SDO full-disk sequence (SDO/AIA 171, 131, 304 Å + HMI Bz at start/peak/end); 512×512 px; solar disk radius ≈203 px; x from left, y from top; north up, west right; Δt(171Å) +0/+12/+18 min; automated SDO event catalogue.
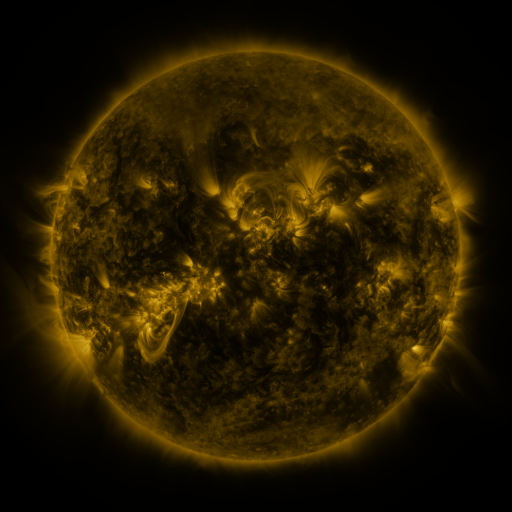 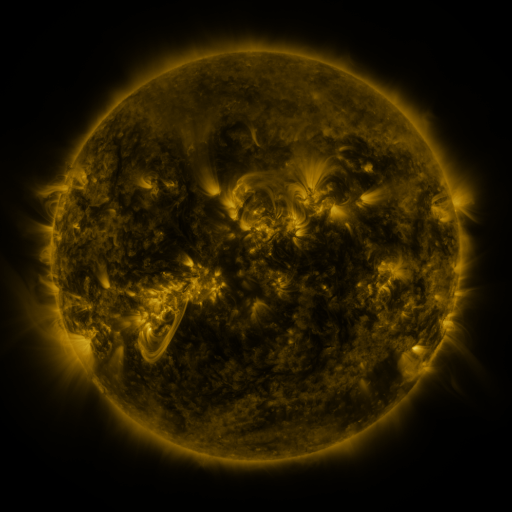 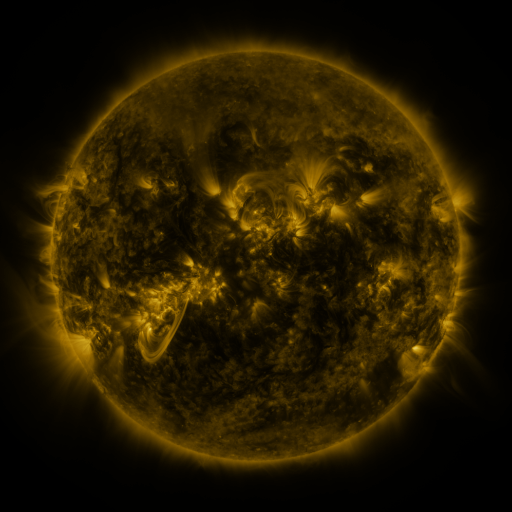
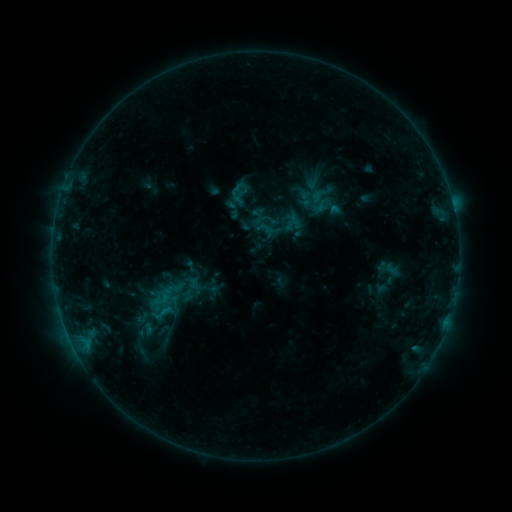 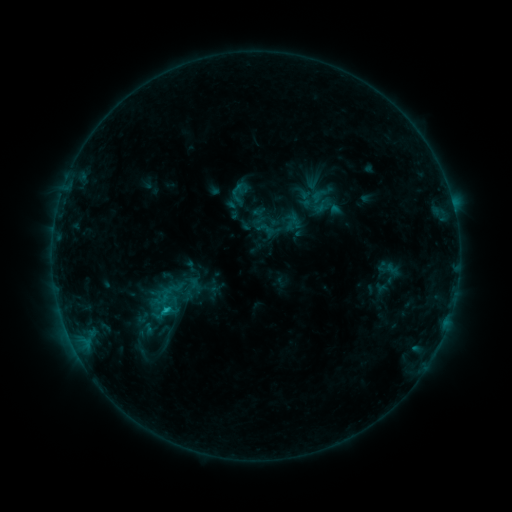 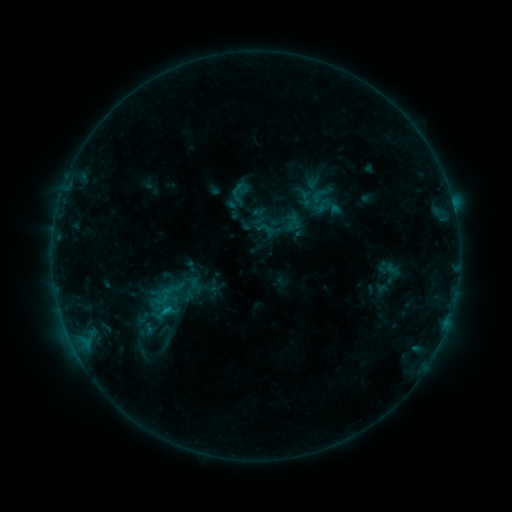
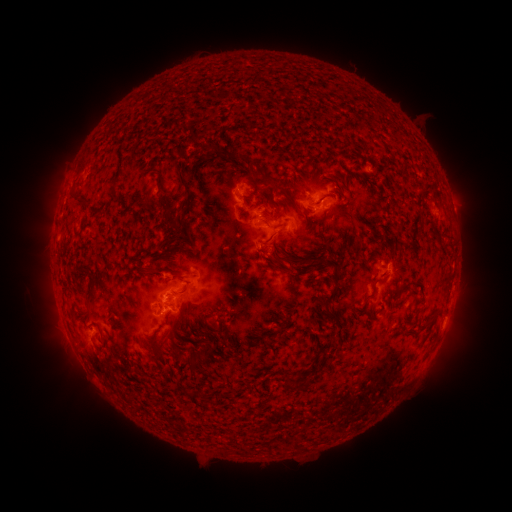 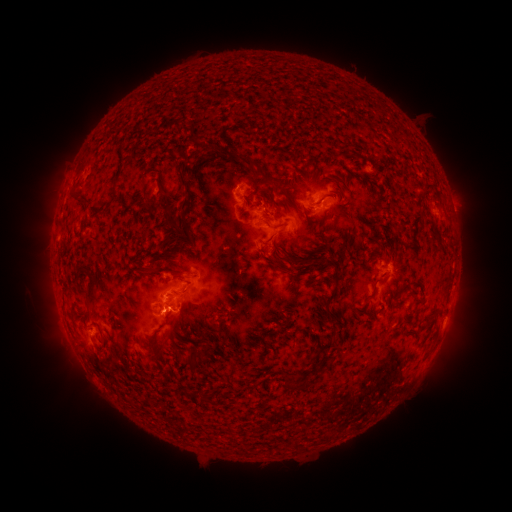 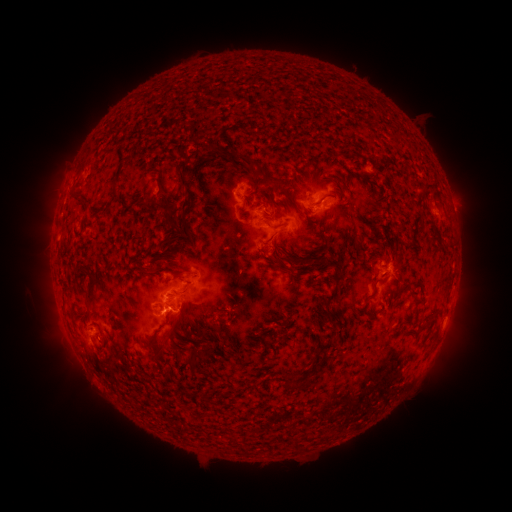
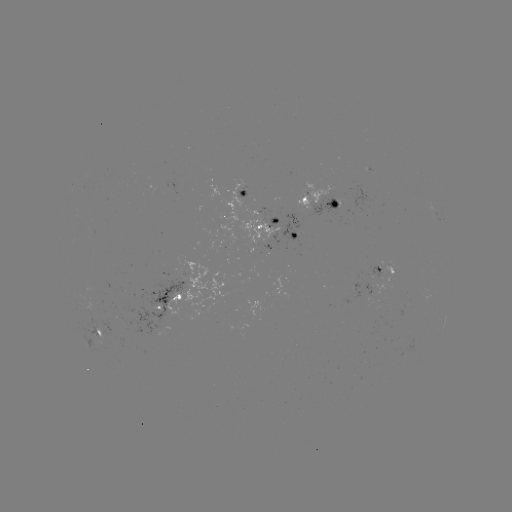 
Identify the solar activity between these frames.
C1.1 flare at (167, 310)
